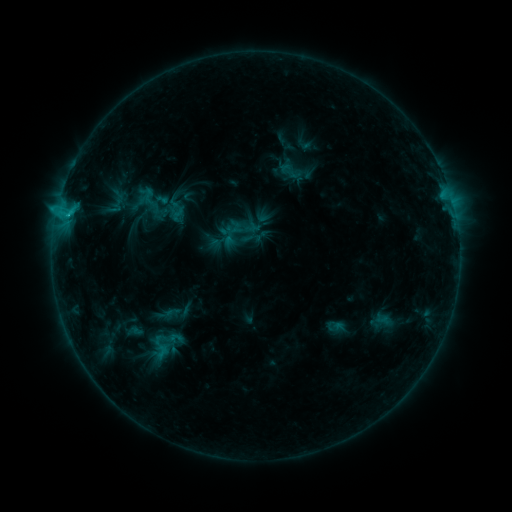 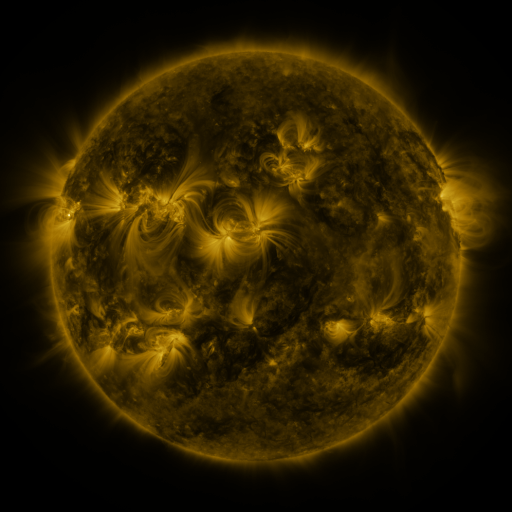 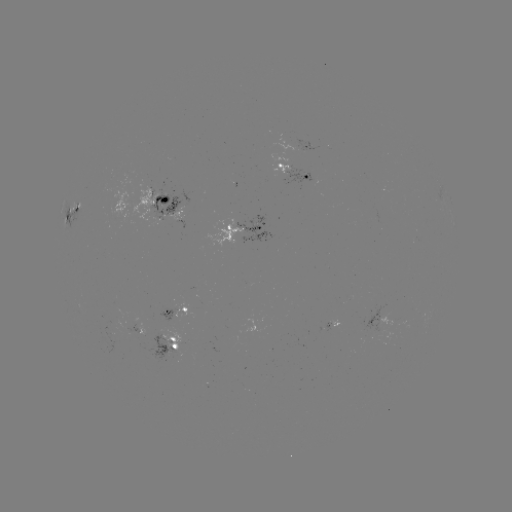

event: sigmoid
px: (290, 171)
